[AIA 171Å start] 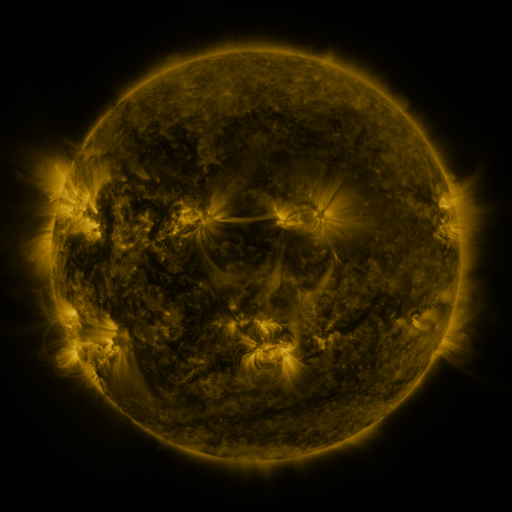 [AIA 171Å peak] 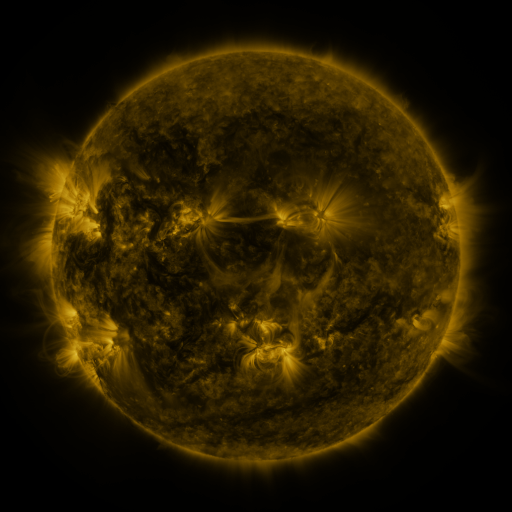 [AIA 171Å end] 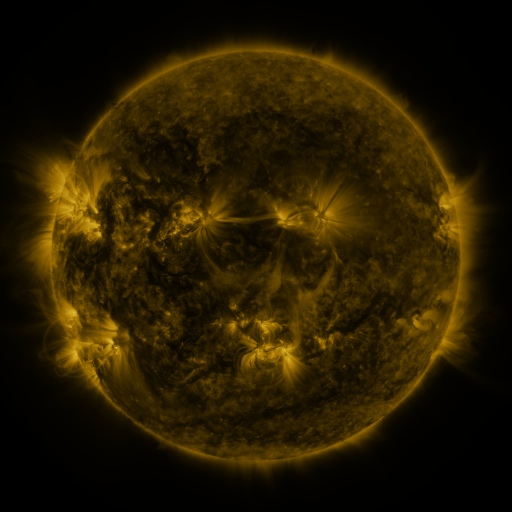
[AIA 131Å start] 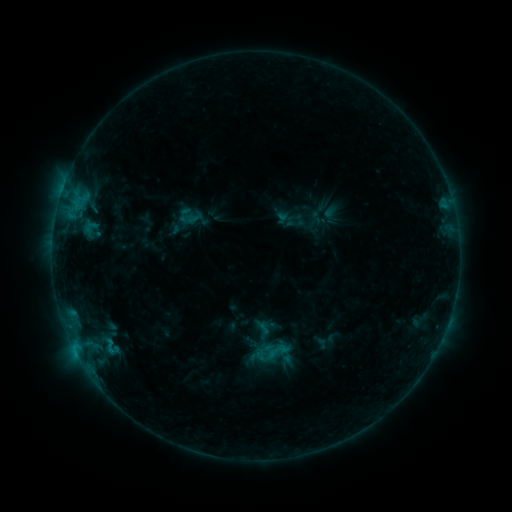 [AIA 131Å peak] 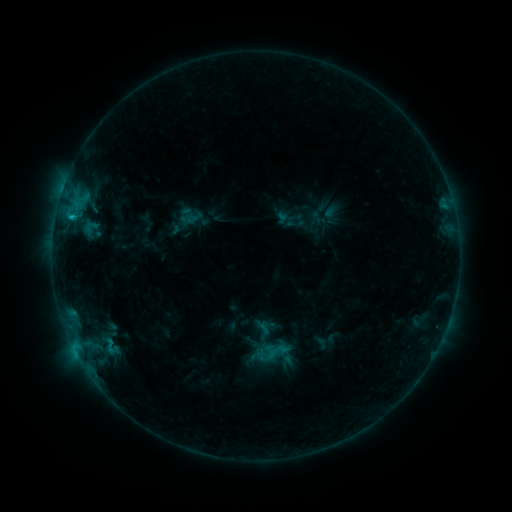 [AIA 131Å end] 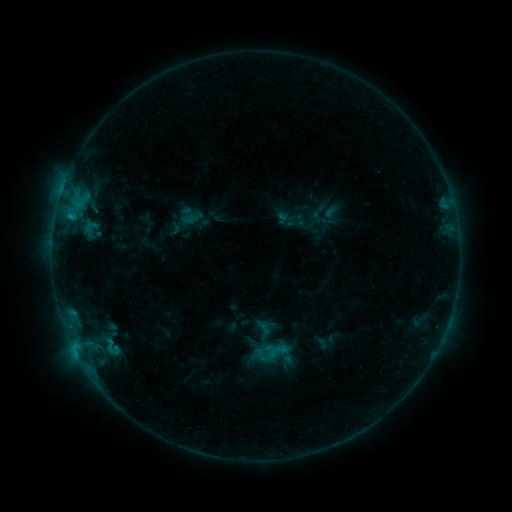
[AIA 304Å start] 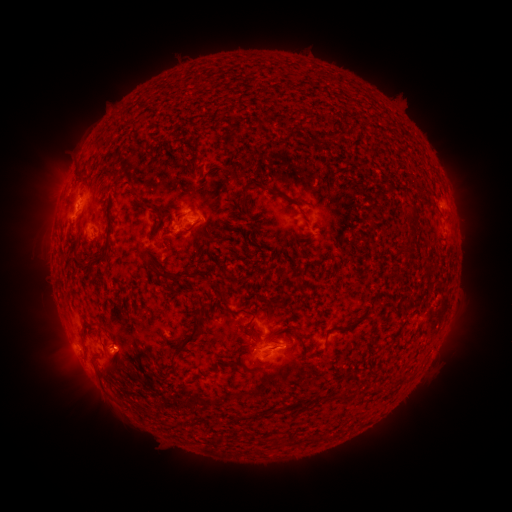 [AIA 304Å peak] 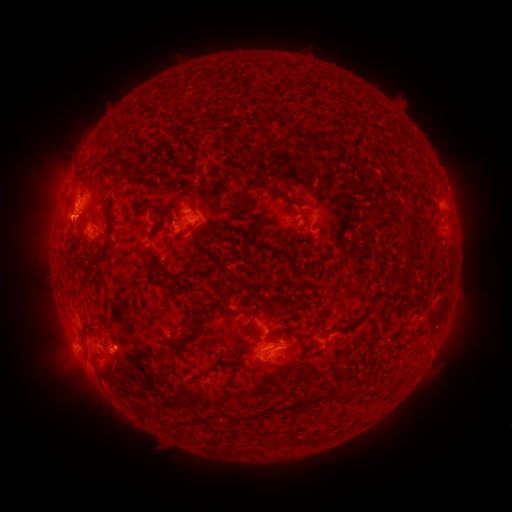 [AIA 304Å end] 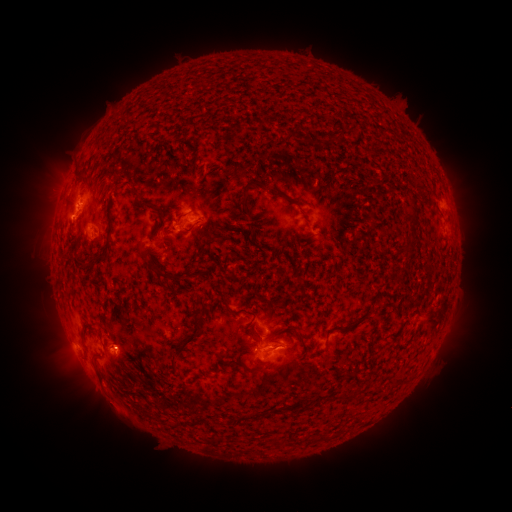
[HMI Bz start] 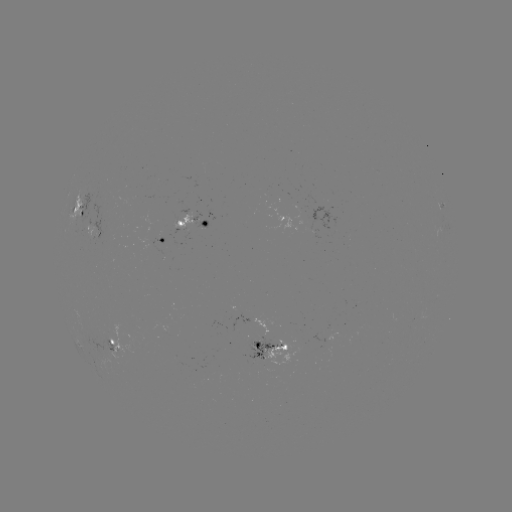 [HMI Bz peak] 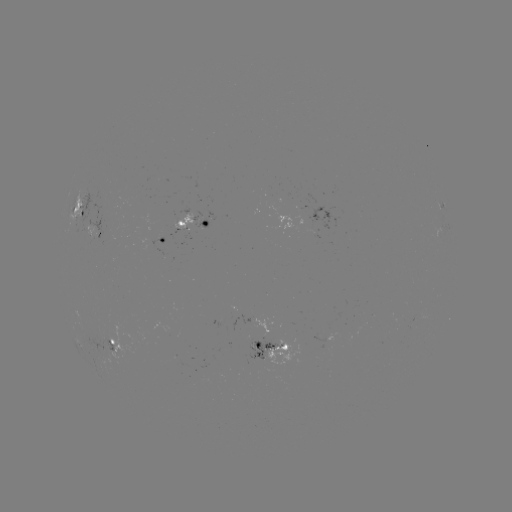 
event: flare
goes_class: C1.0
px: (72, 221)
